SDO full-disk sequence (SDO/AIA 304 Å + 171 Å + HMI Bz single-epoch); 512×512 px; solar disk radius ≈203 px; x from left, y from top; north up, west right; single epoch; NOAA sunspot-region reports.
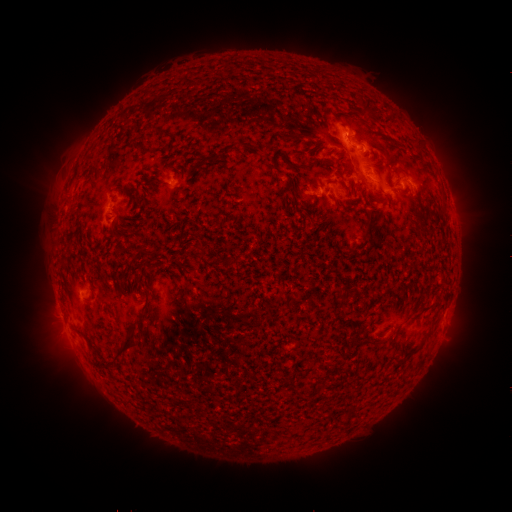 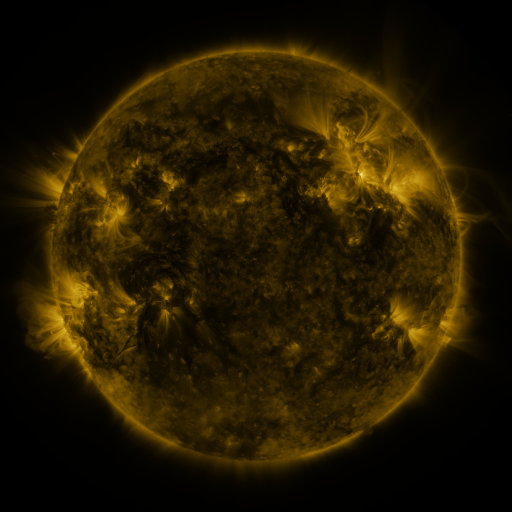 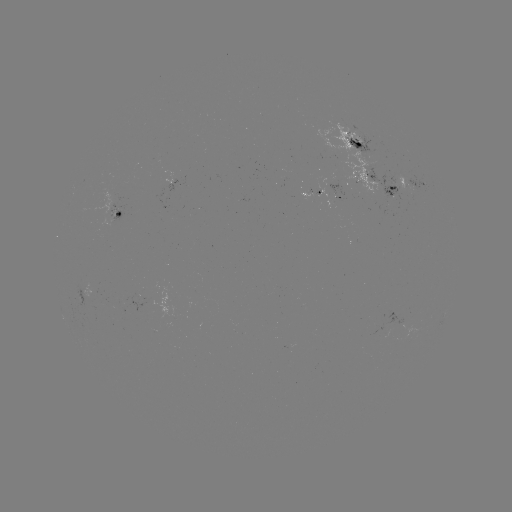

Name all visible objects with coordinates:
spotted active region: (361, 147)
spotted active region: (379, 185)
spotted active region: (412, 189)
spotted active region: (336, 193)
spotted active region: (164, 207)
spotted active region: (115, 214)
